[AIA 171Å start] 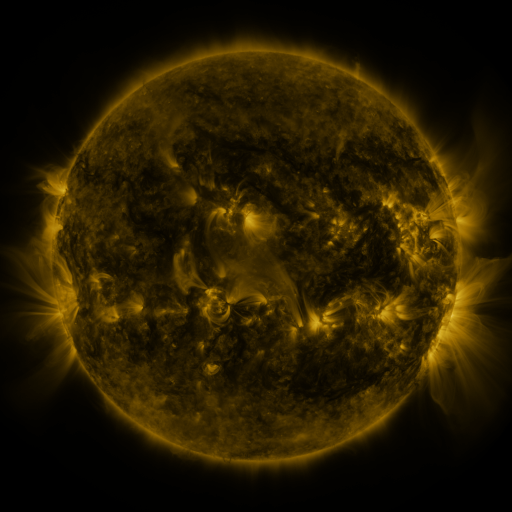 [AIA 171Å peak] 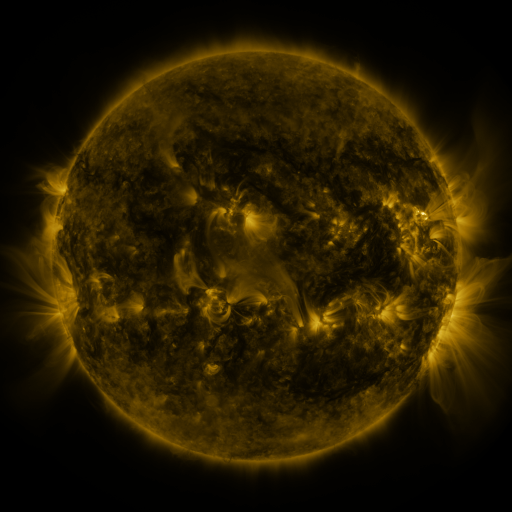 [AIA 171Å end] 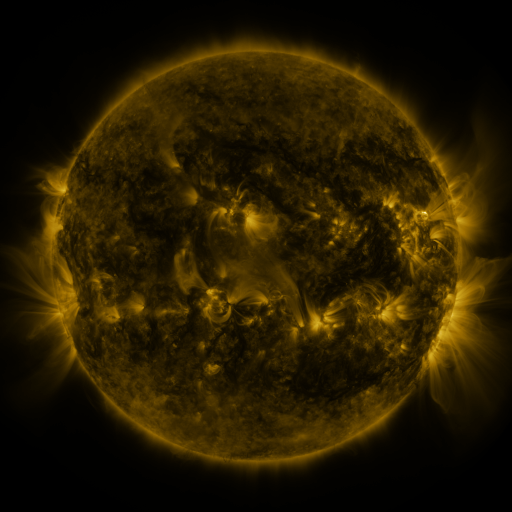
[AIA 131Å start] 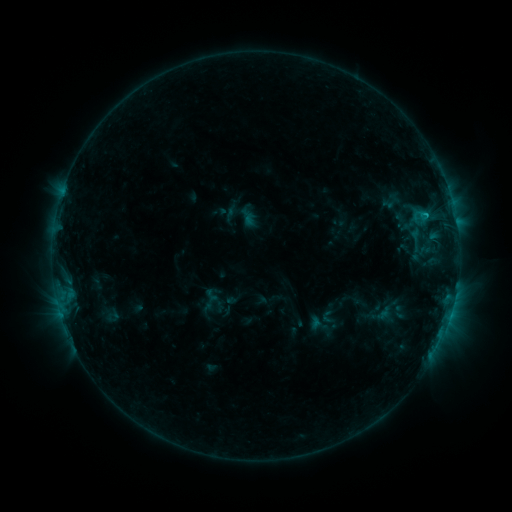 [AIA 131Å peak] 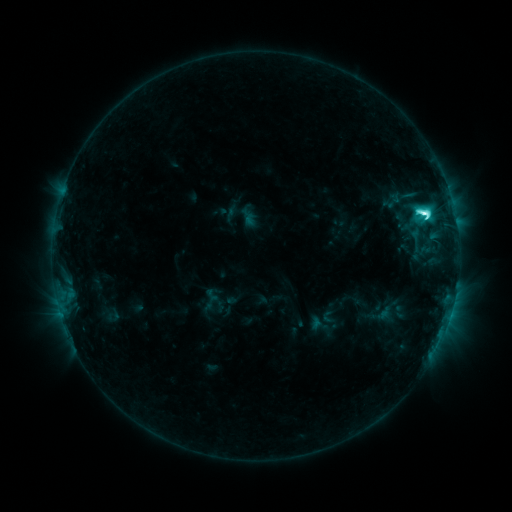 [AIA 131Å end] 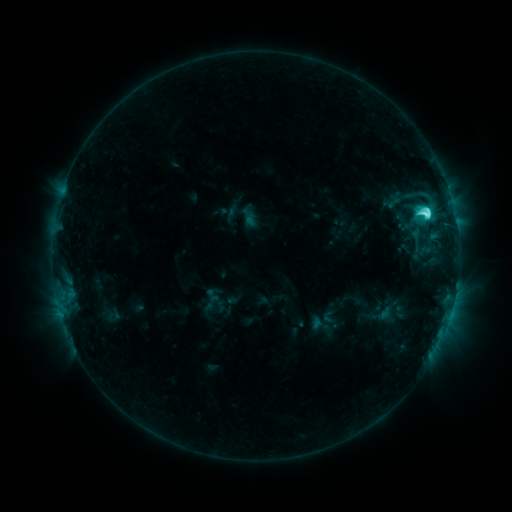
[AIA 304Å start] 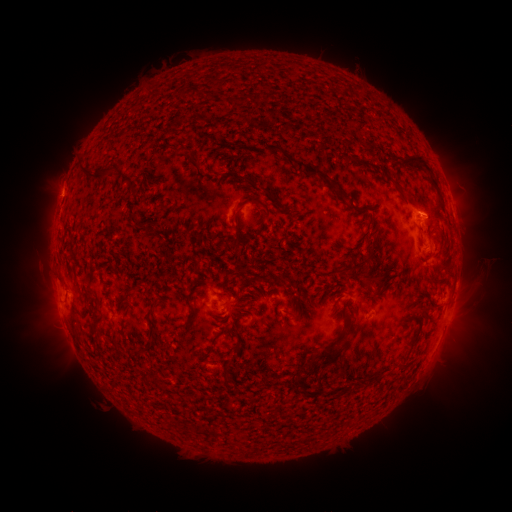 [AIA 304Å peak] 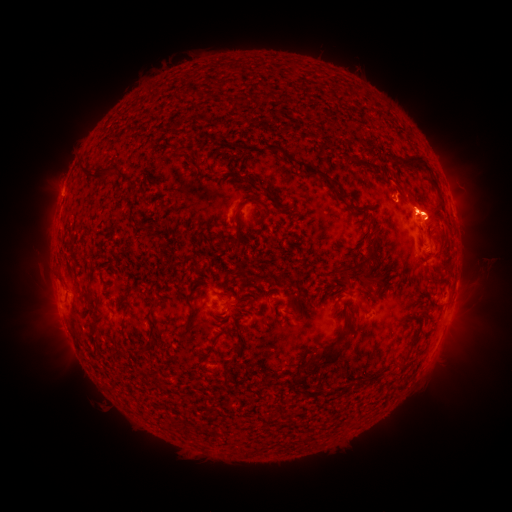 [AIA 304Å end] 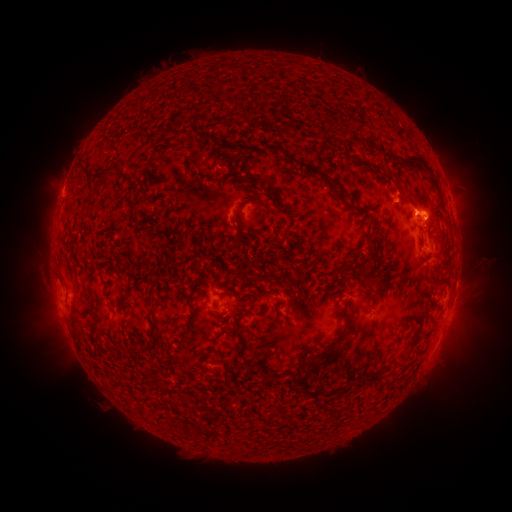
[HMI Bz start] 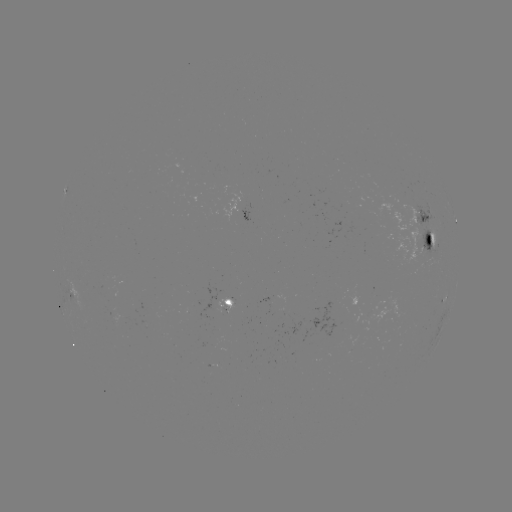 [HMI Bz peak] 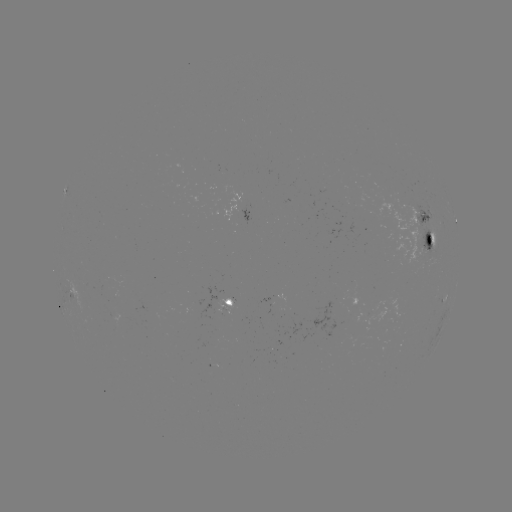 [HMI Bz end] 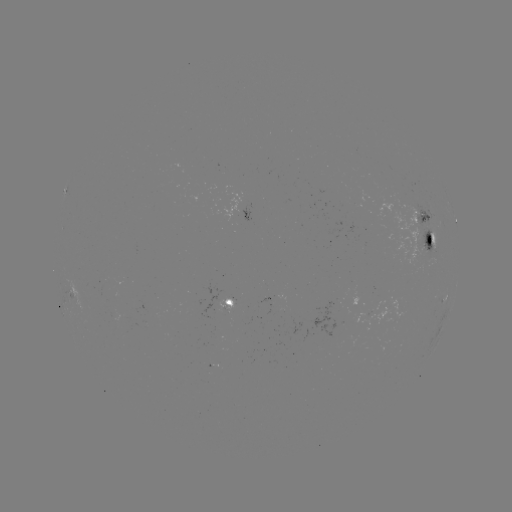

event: flare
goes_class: M1.1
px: (424, 213)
